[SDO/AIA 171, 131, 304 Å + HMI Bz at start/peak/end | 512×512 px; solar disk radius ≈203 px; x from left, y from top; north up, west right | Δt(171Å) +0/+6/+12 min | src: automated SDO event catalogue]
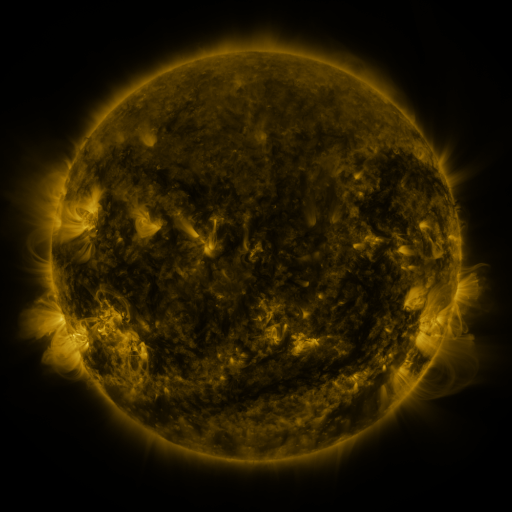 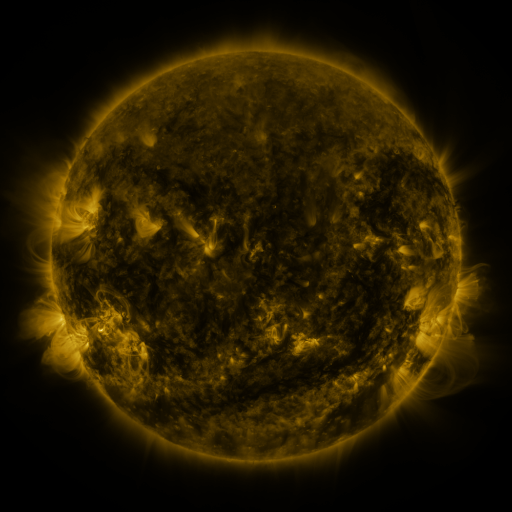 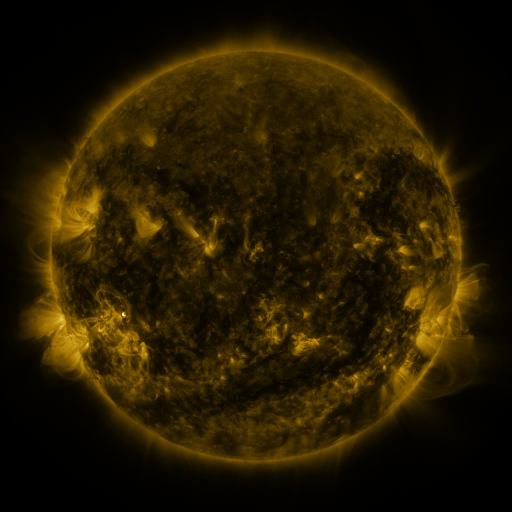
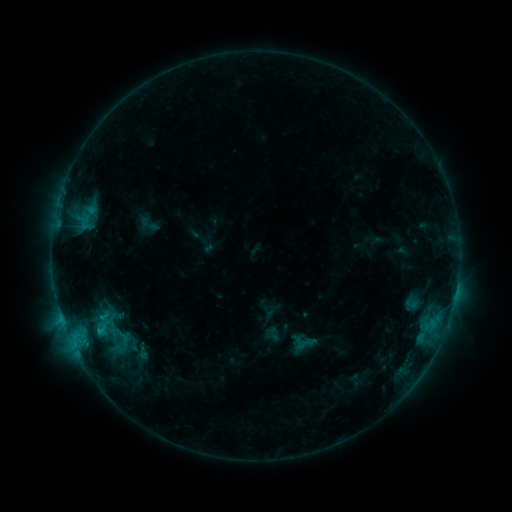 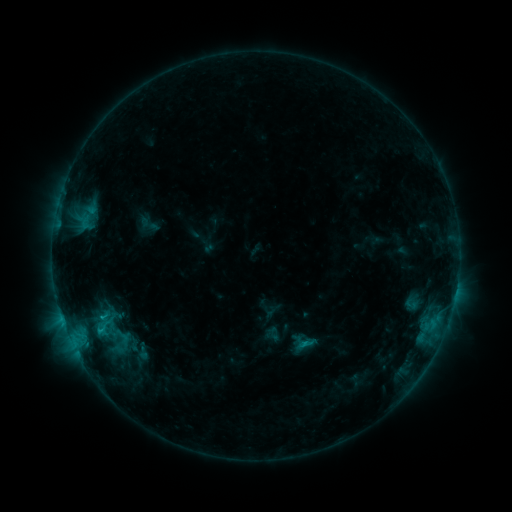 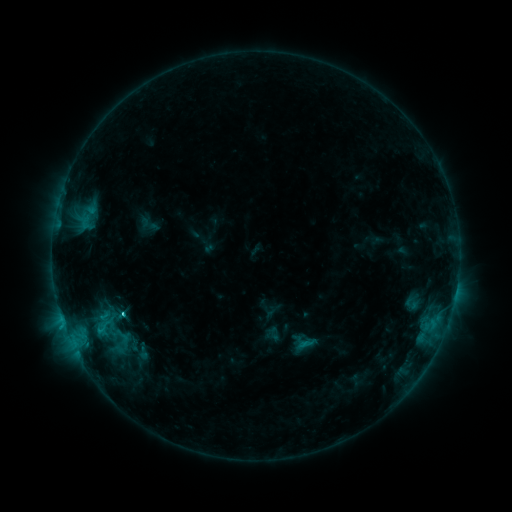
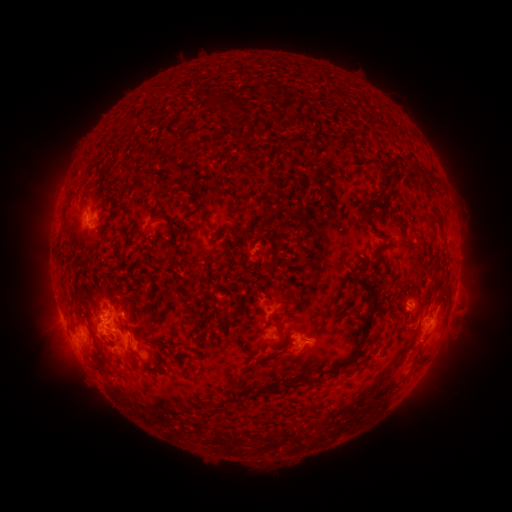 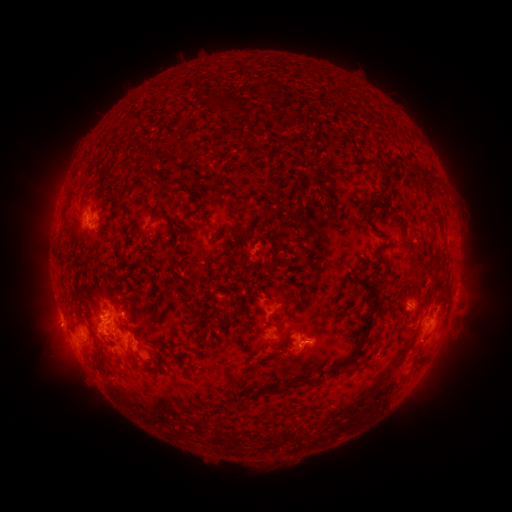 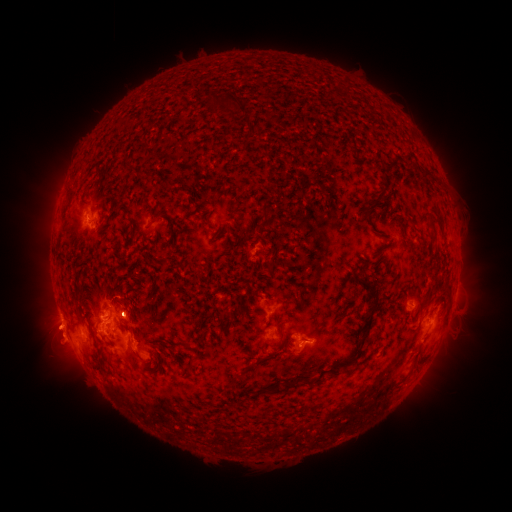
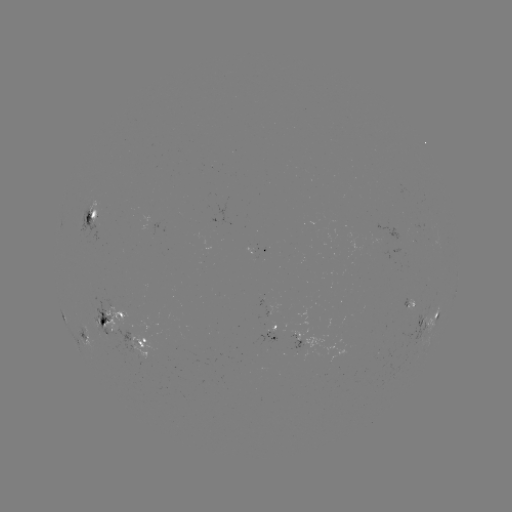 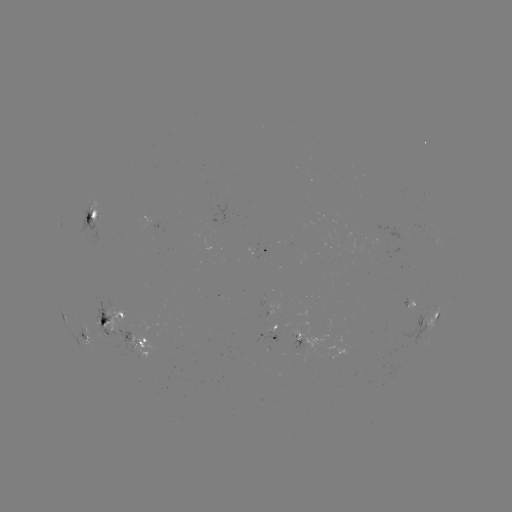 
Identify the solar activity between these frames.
eruption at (56, 329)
